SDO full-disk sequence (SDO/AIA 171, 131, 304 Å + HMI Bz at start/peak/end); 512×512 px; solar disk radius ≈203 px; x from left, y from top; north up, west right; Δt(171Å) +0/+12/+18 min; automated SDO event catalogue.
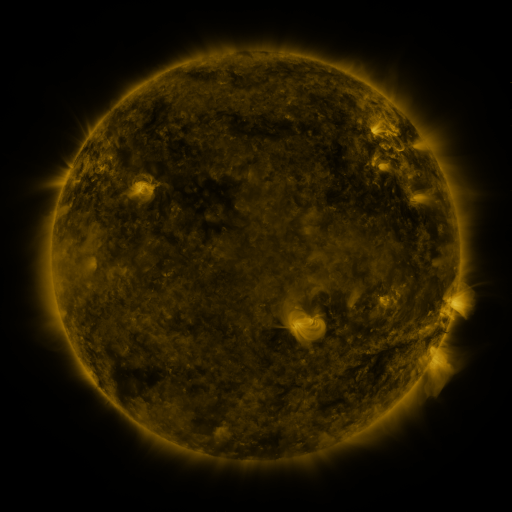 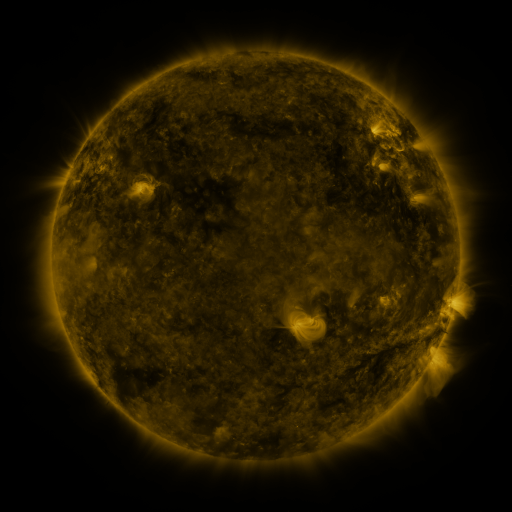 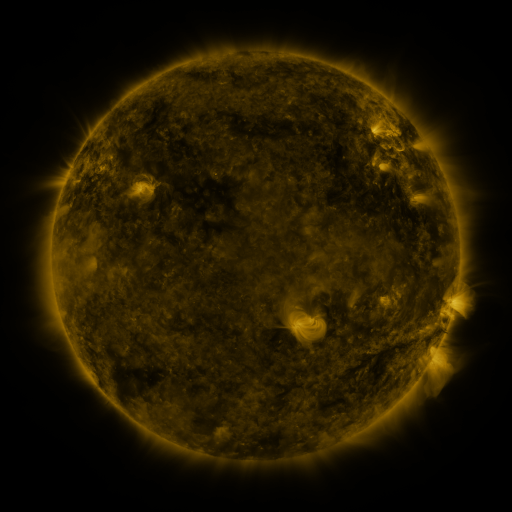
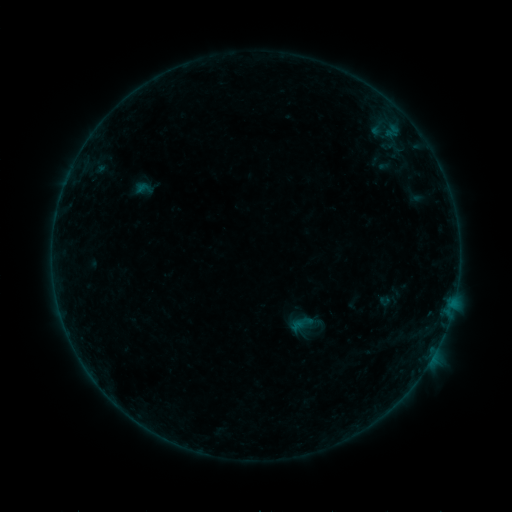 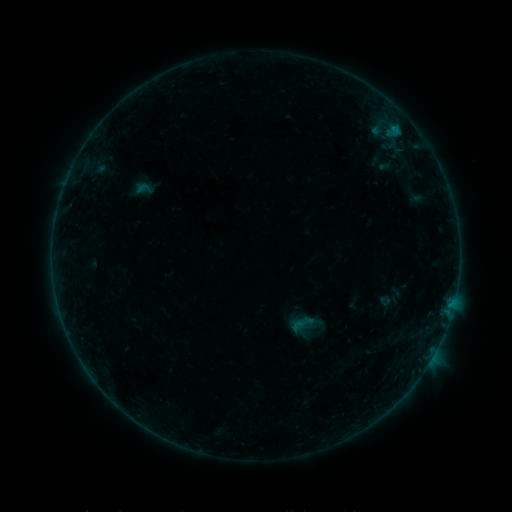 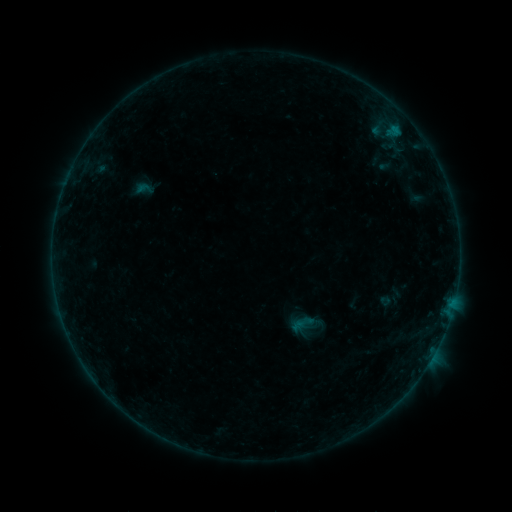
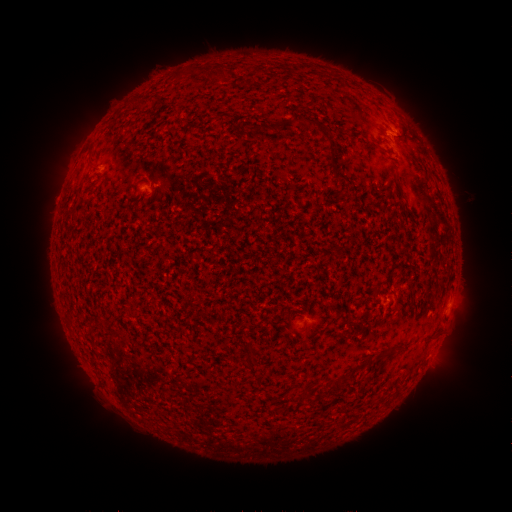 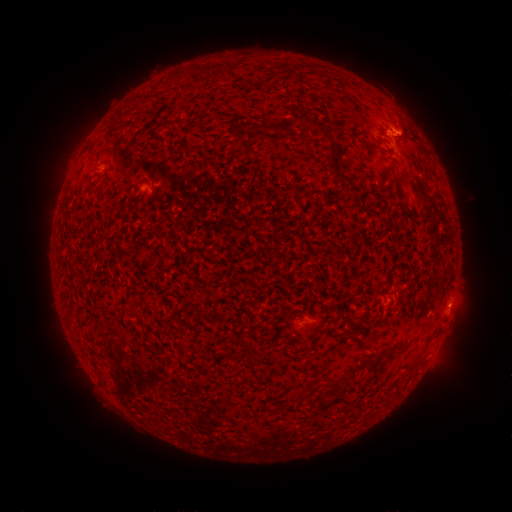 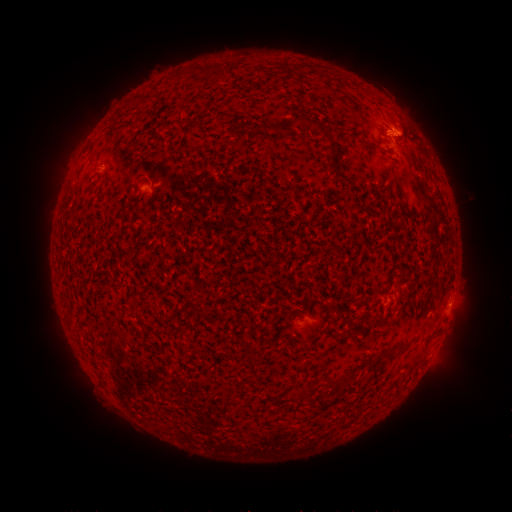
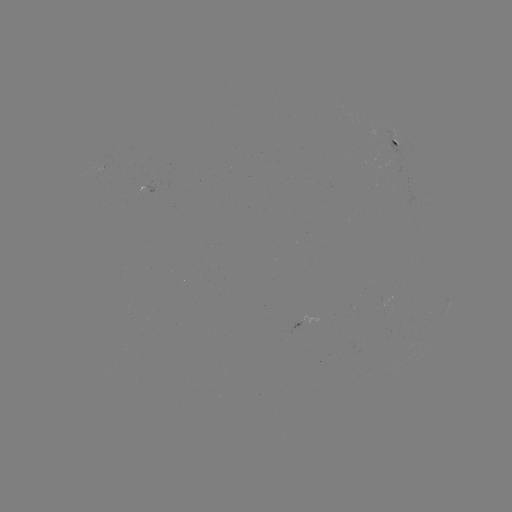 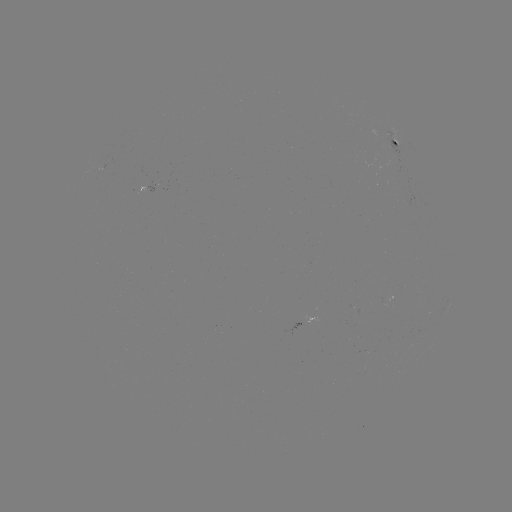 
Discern B4.6 flare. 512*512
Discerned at [397, 133].